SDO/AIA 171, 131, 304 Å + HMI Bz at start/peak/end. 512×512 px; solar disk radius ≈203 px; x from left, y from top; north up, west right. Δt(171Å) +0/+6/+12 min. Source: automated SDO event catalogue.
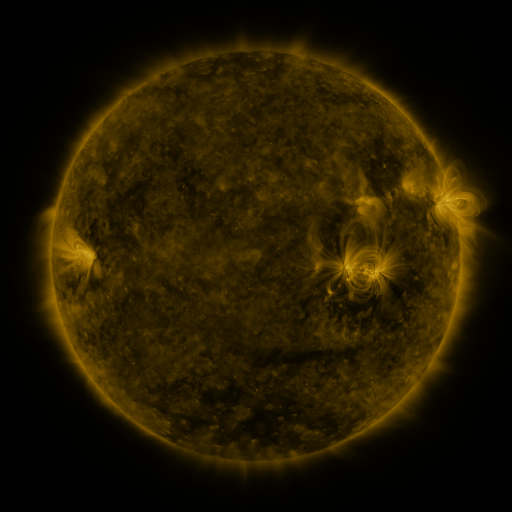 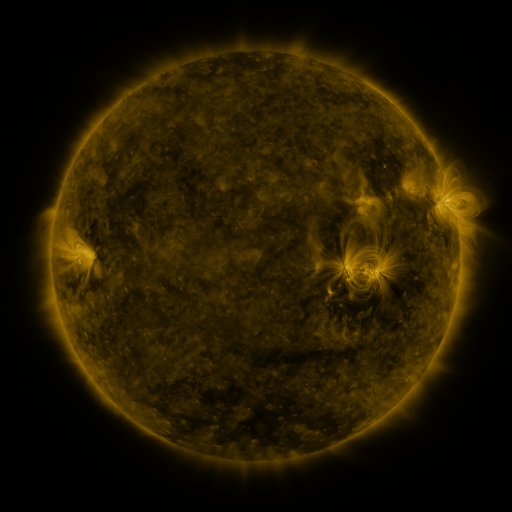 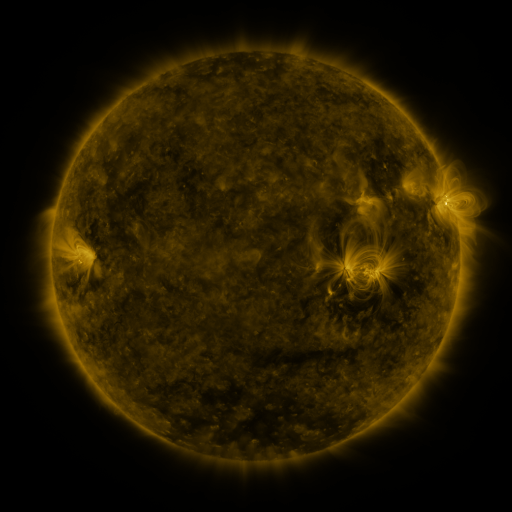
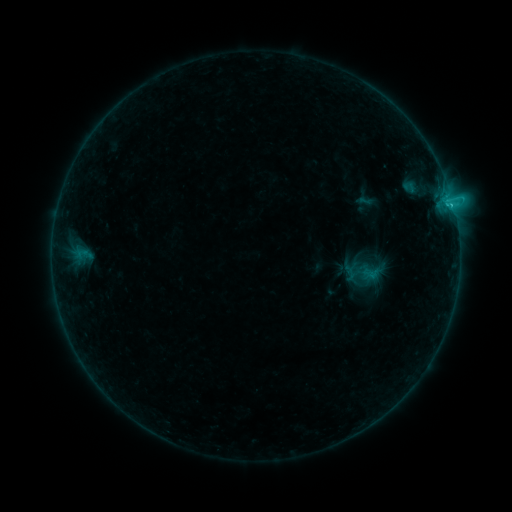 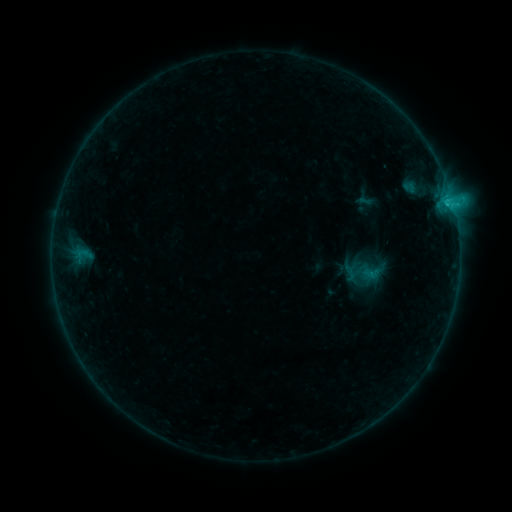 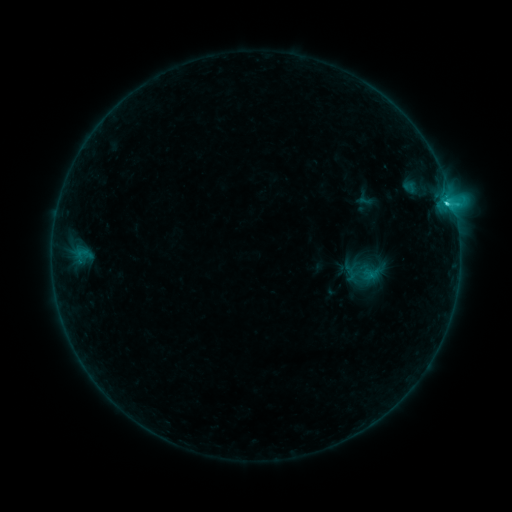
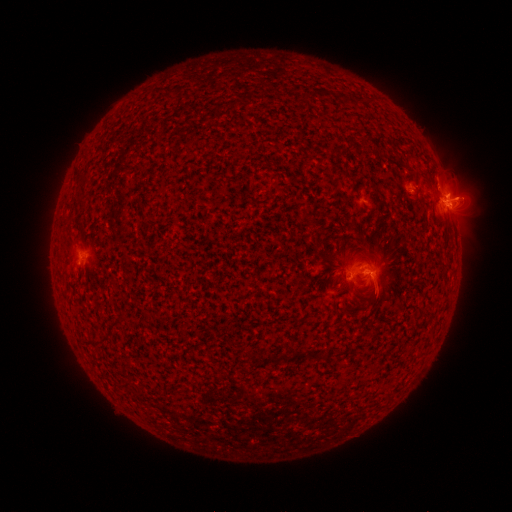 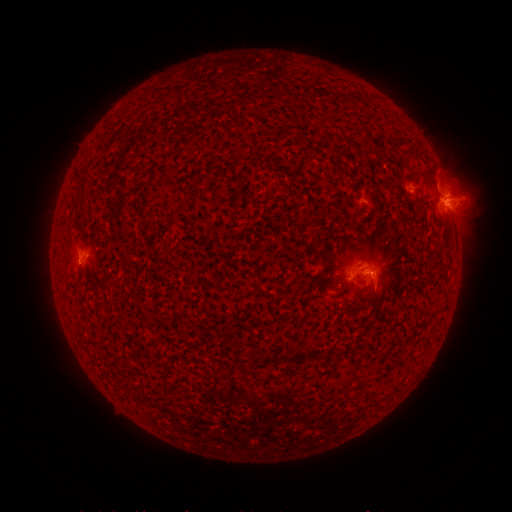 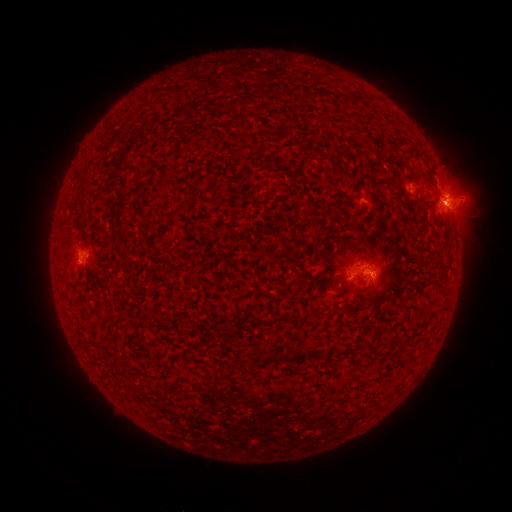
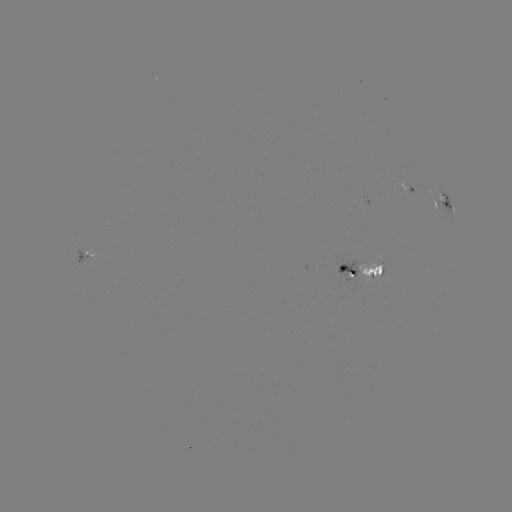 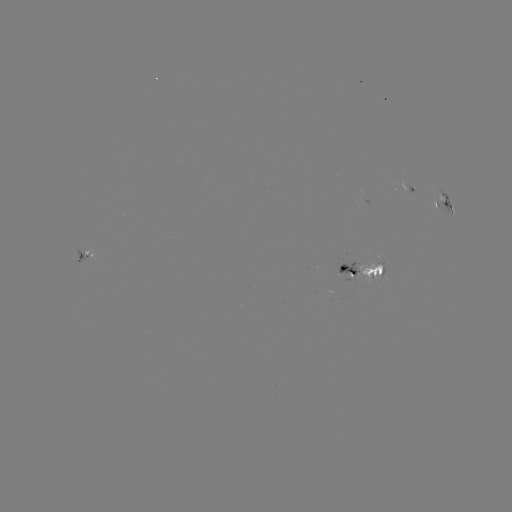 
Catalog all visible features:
C2.6 flare: (445, 204)
